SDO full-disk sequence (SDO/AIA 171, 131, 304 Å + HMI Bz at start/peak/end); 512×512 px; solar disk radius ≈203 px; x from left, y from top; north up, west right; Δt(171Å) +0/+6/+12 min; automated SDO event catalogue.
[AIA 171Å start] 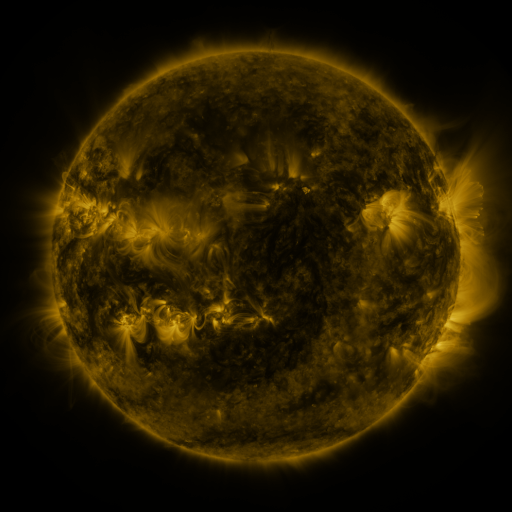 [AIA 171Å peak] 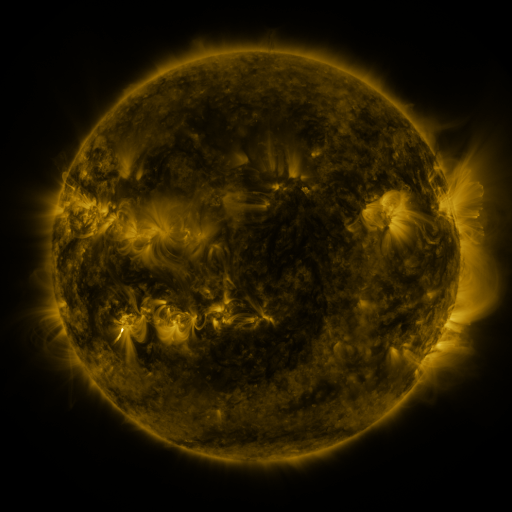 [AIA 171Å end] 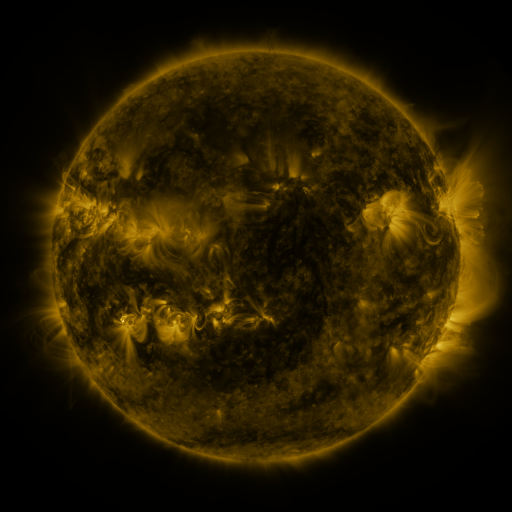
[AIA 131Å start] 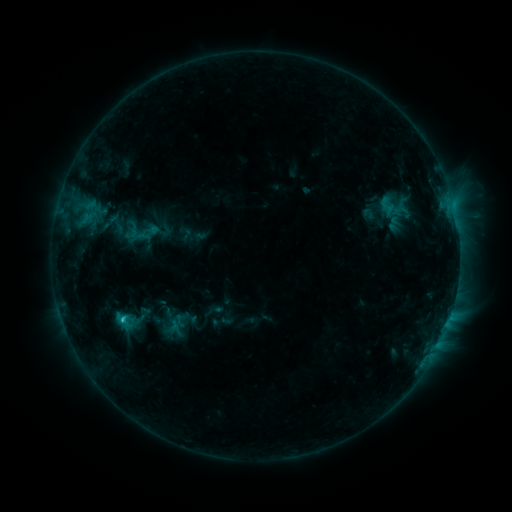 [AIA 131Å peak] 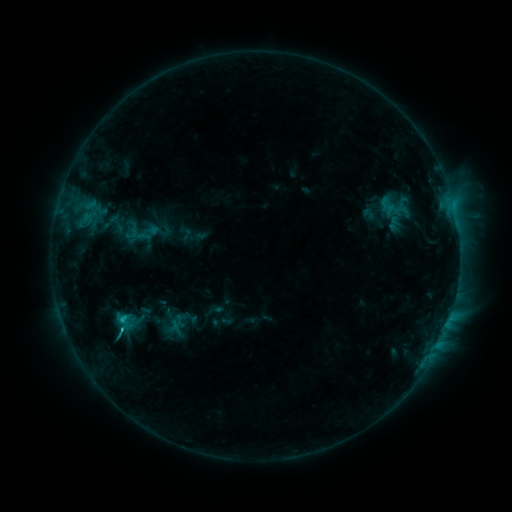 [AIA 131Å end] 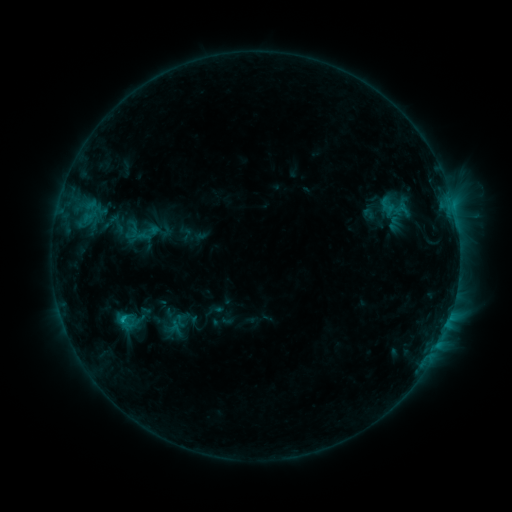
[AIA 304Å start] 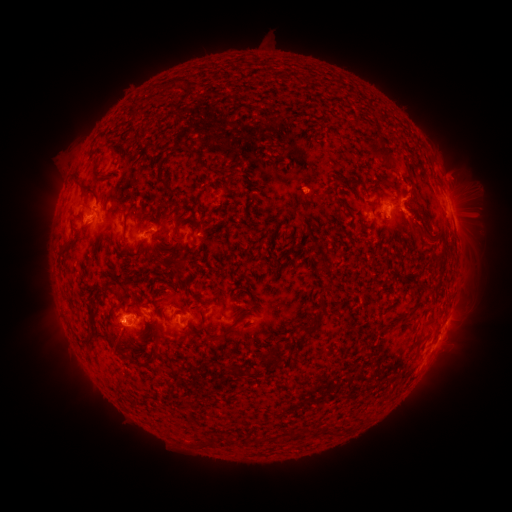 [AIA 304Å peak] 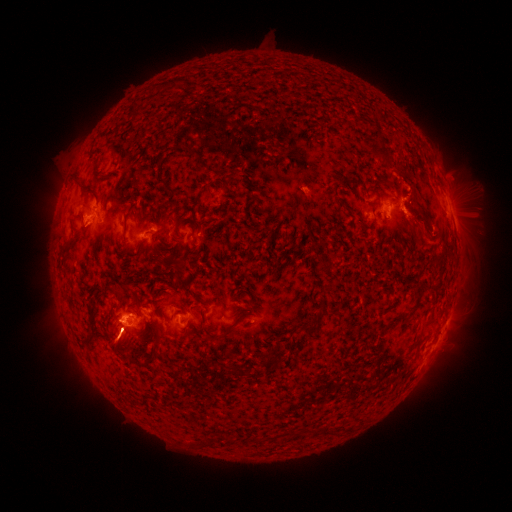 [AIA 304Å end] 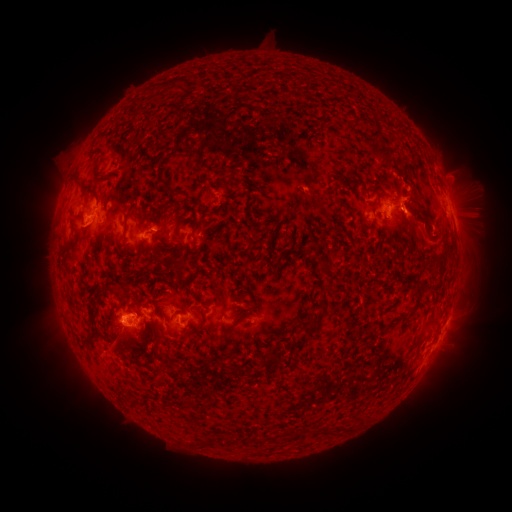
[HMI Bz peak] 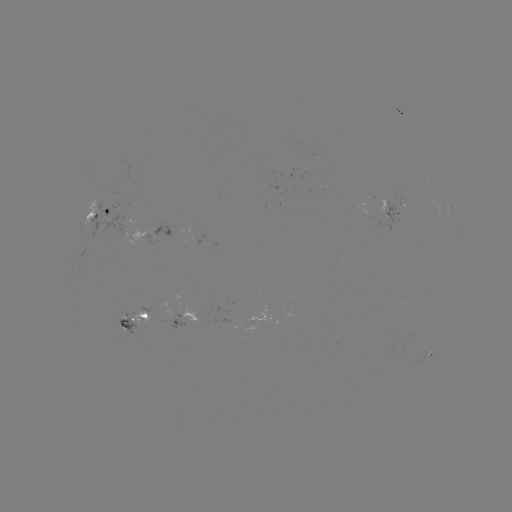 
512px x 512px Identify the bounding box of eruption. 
[62, 283, 219, 431].